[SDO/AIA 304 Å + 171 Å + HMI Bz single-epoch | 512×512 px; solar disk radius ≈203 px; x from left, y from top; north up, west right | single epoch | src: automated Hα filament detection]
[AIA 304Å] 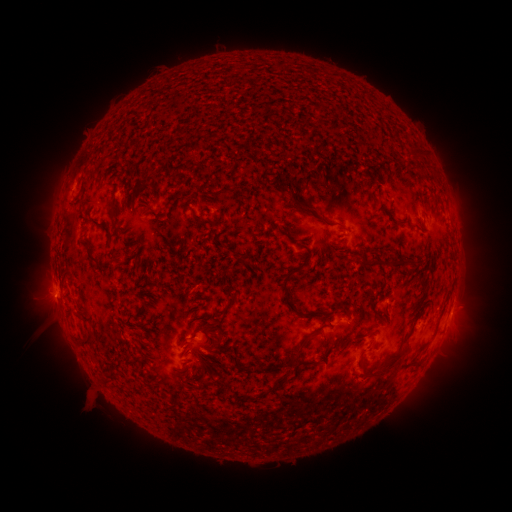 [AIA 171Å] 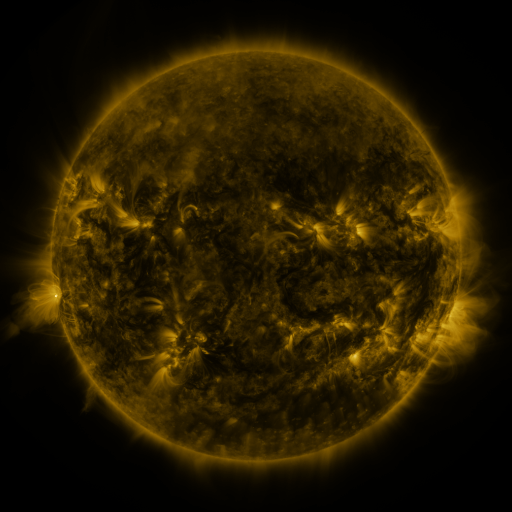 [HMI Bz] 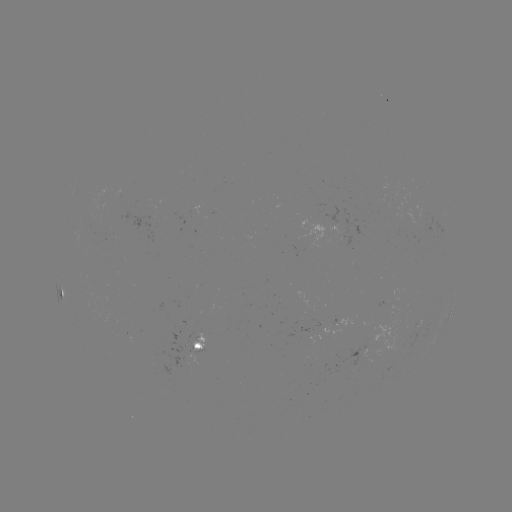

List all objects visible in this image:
filament: [406, 149, 420, 160]
filament: [292, 200, 317, 215]
filament: [106, 205, 115, 215]
filament: [217, 213, 224, 223]
filament: [89, 216, 99, 225]
filament: [319, 218, 345, 231]
filament: [80, 239, 99, 263]
filament: [114, 252, 124, 262]
filament: [365, 258, 410, 270]
filament: [281, 269, 320, 318]
filament: [228, 294, 239, 304]
filament: [327, 303, 336, 316]
filament: [411, 312, 423, 324]
filament: [286, 325, 323, 363]
filament: [80, 332, 92, 344]
filament: [207, 340, 219, 348]
filament: [356, 352, 402, 379]
filament: [239, 367, 265, 375]
filament: [197, 376, 208, 389]
filament: [271, 378, 282, 387]
